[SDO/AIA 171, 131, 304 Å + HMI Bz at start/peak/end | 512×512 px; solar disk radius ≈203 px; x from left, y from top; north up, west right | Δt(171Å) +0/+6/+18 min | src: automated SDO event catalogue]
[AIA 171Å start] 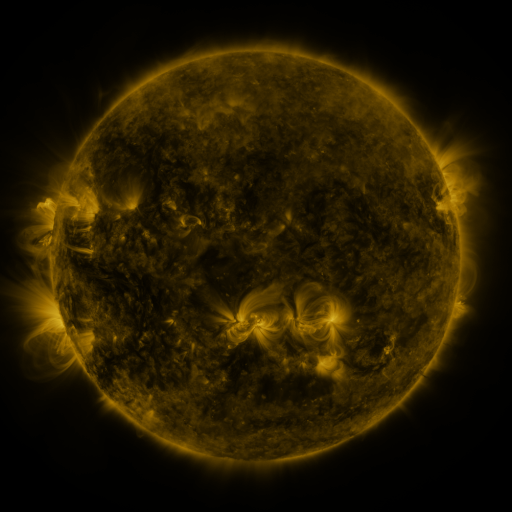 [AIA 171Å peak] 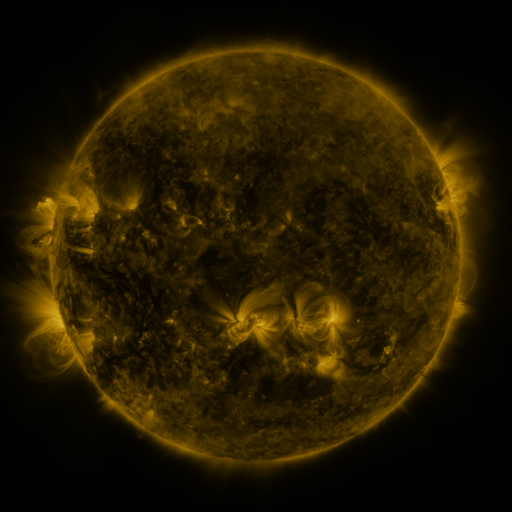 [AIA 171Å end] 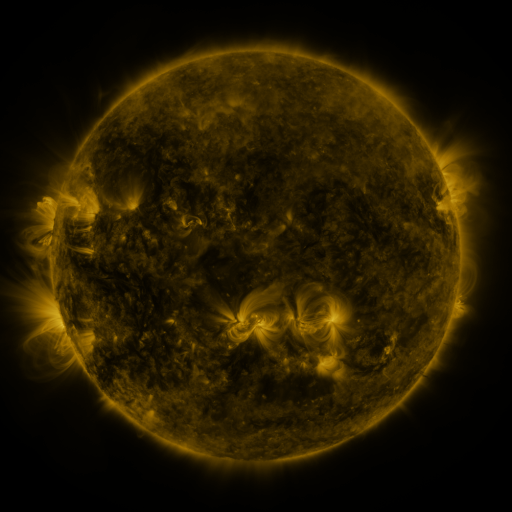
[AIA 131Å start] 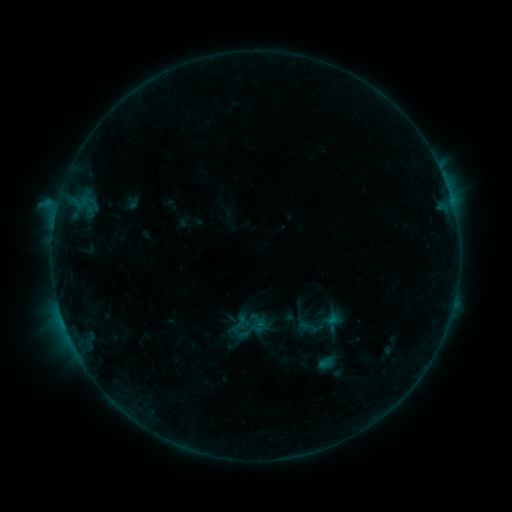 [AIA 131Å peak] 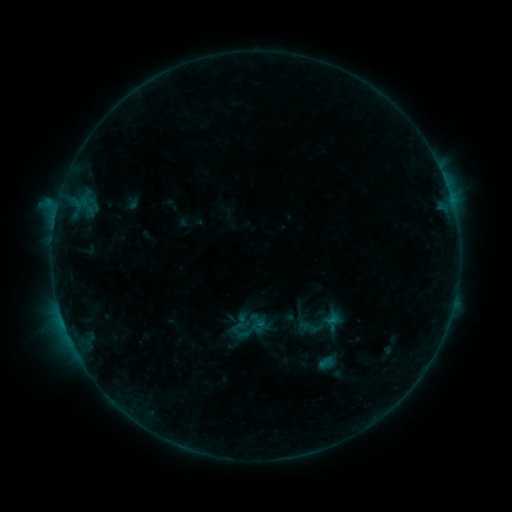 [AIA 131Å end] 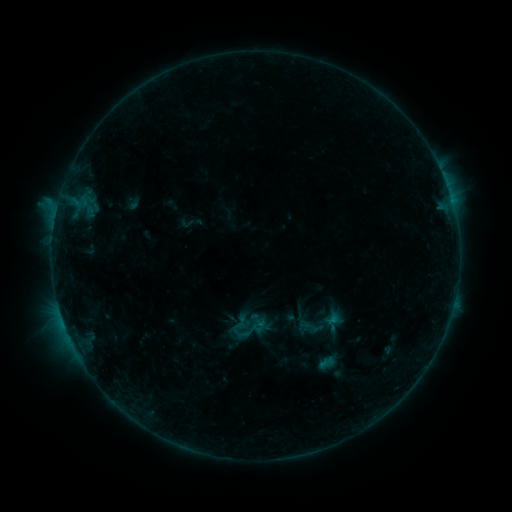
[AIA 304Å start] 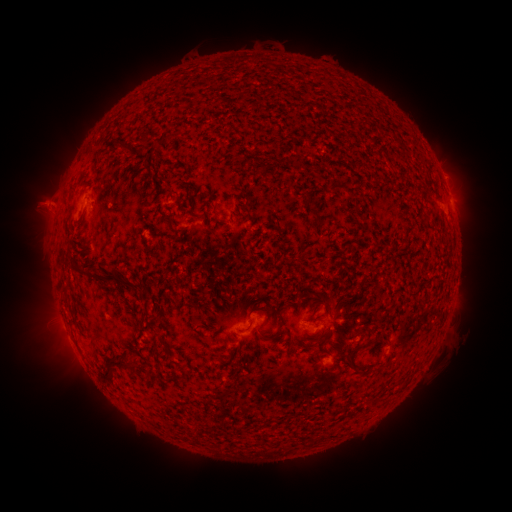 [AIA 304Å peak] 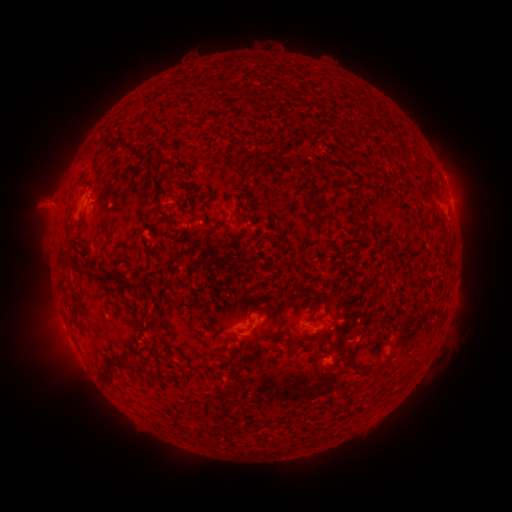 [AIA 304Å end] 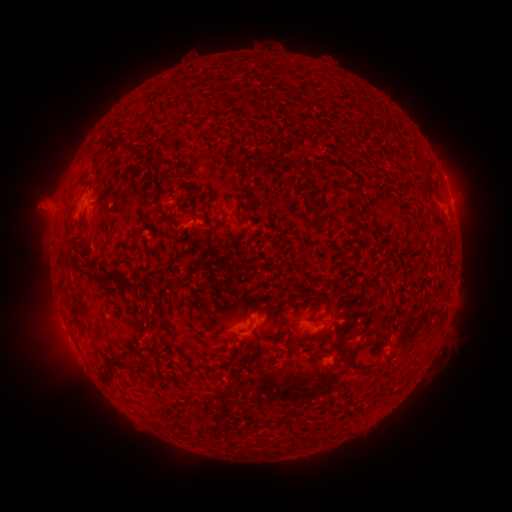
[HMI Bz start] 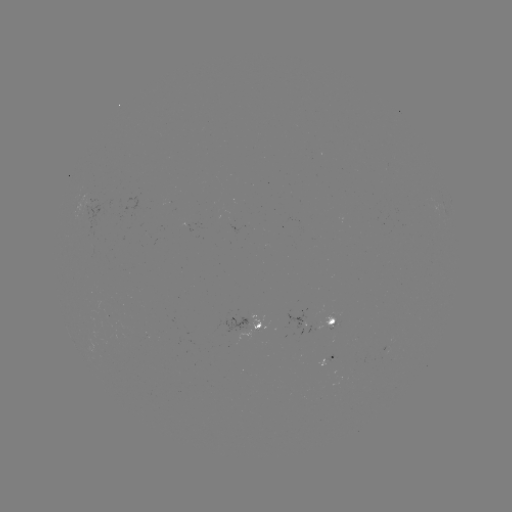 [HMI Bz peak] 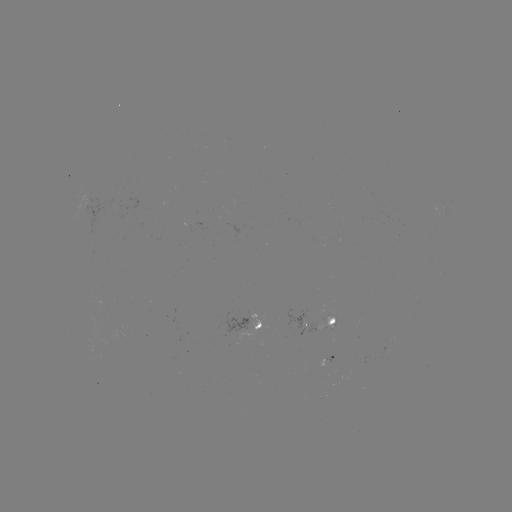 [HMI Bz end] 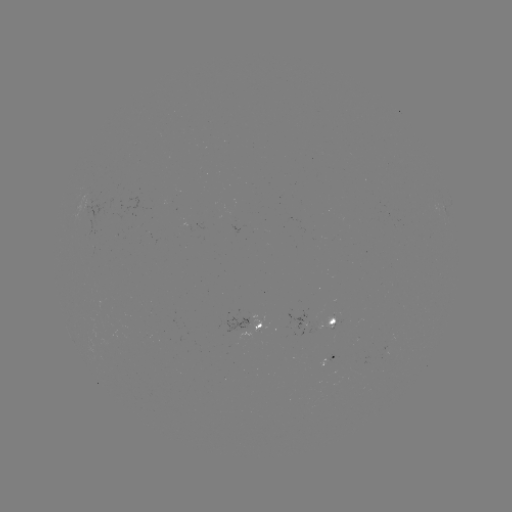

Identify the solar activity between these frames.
no catalogued flare and no flagged EUV brightening in this window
